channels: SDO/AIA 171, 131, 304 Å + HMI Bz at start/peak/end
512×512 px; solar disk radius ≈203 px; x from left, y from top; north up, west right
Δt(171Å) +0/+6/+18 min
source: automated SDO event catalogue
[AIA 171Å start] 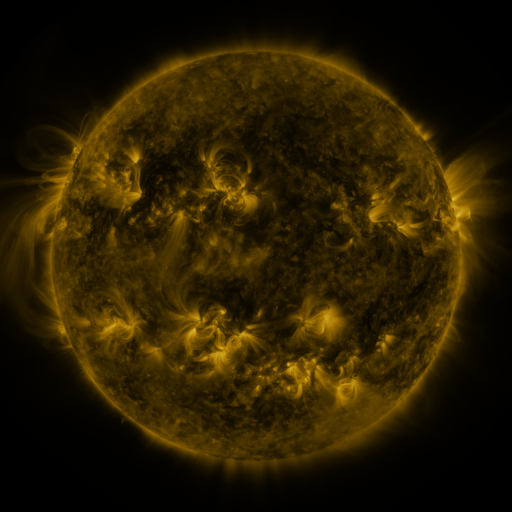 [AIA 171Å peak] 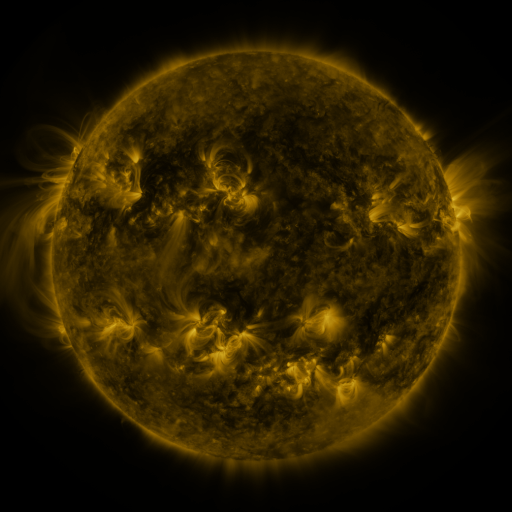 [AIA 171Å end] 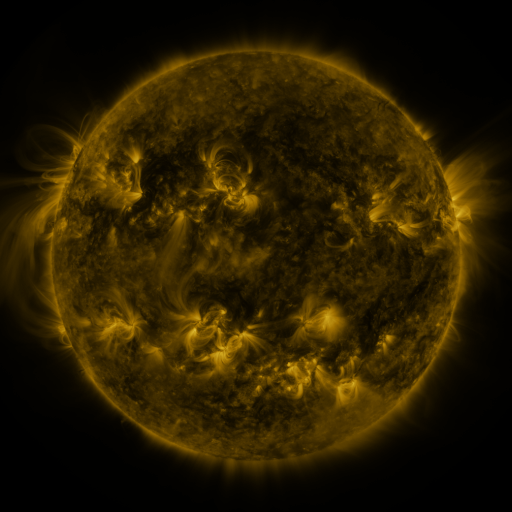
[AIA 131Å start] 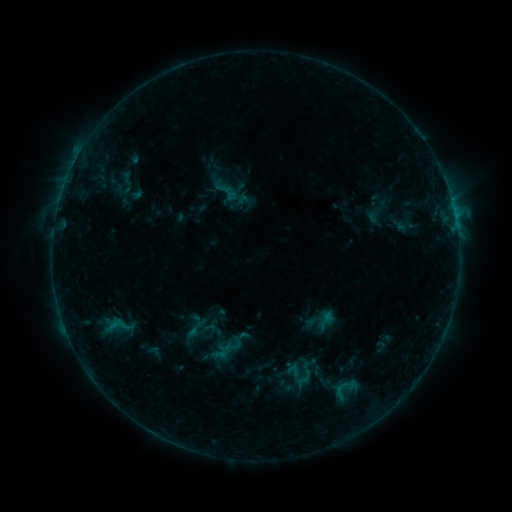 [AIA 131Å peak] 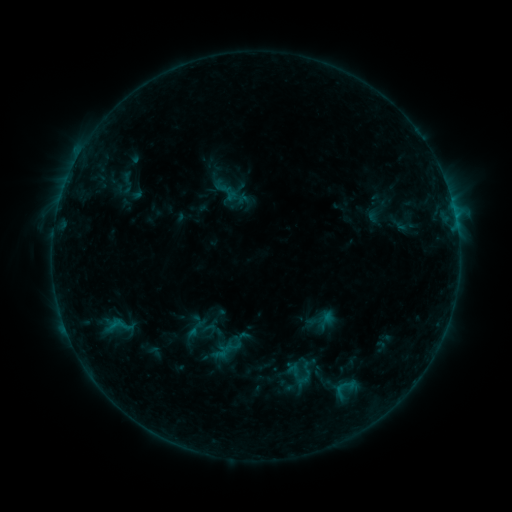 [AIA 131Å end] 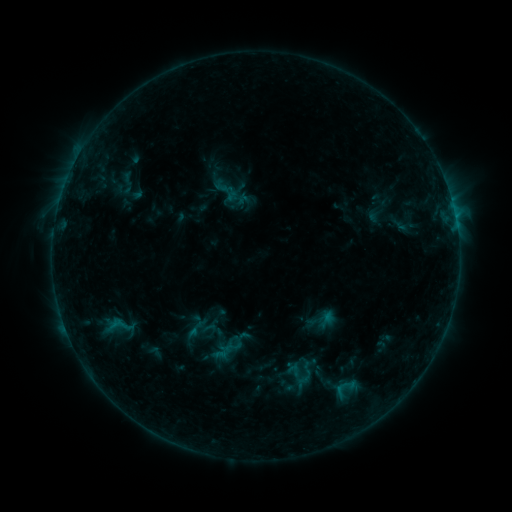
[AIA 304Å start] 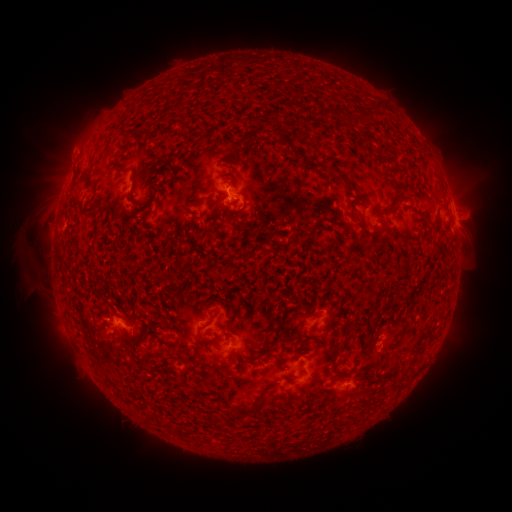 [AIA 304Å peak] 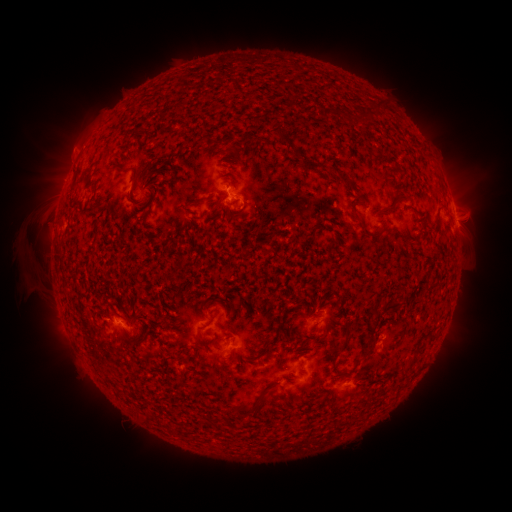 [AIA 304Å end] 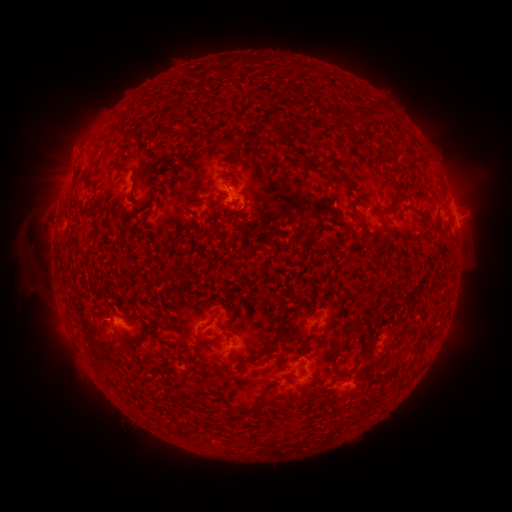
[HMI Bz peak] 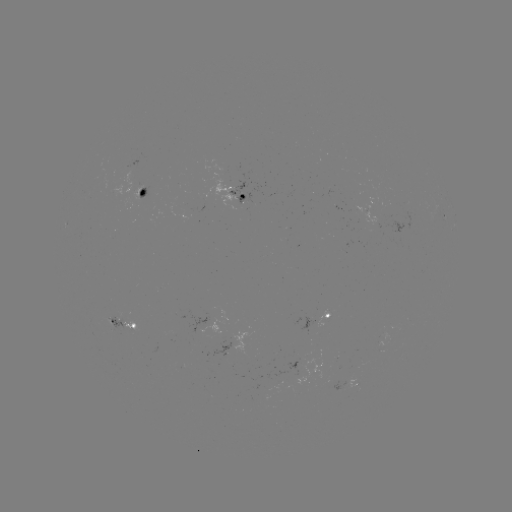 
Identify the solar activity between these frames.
eruption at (474, 194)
